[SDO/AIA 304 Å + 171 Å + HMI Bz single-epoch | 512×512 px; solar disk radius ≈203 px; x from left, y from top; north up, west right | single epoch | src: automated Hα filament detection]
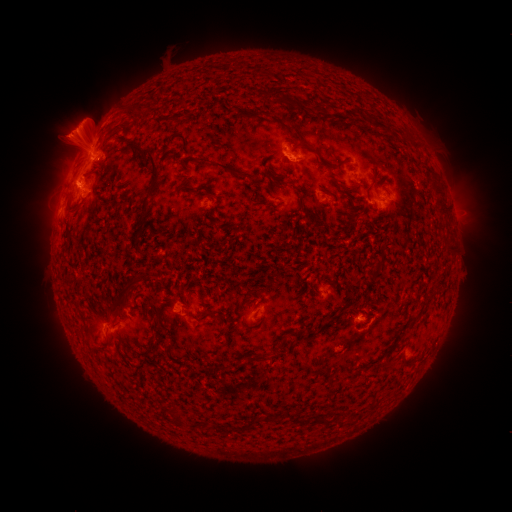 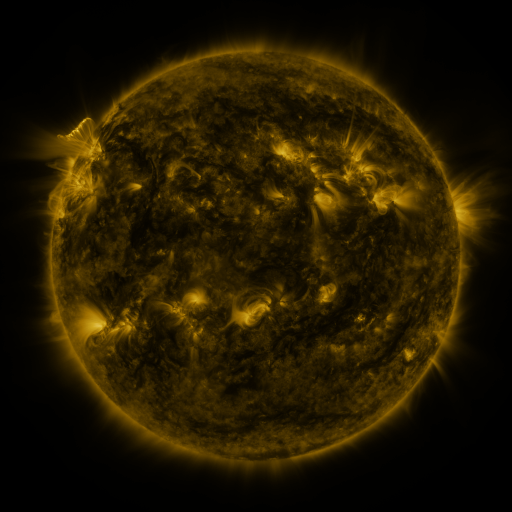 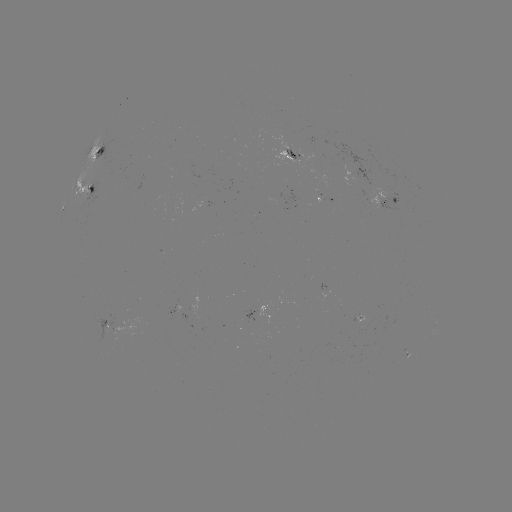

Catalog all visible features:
filament: (273, 87, 285, 96)
filament: (288, 127, 310, 148)
filament: (94, 143, 106, 155)
filament: (138, 147, 160, 211)
filament: (197, 156, 239, 176)
filament: (87, 183, 95, 194)
filament: (374, 264, 383, 273)
filament: (107, 293, 125, 313)
filament: (203, 311, 219, 319)
filament: (245, 355, 257, 363)
filament: (171, 413, 181, 425)
